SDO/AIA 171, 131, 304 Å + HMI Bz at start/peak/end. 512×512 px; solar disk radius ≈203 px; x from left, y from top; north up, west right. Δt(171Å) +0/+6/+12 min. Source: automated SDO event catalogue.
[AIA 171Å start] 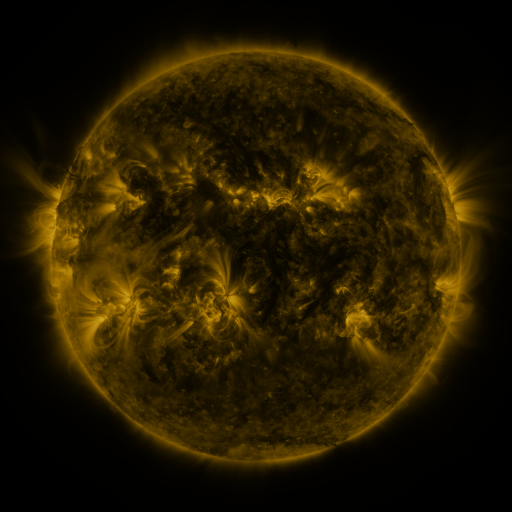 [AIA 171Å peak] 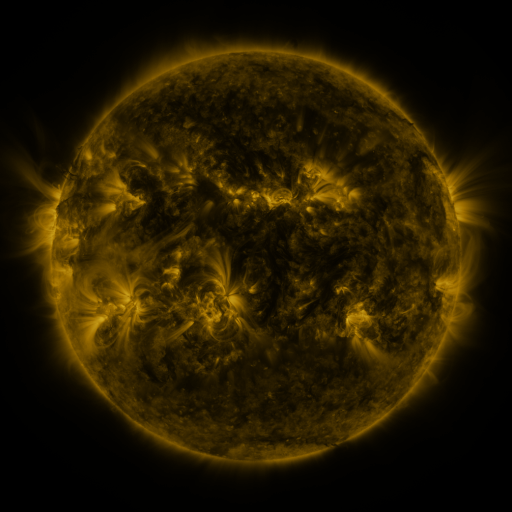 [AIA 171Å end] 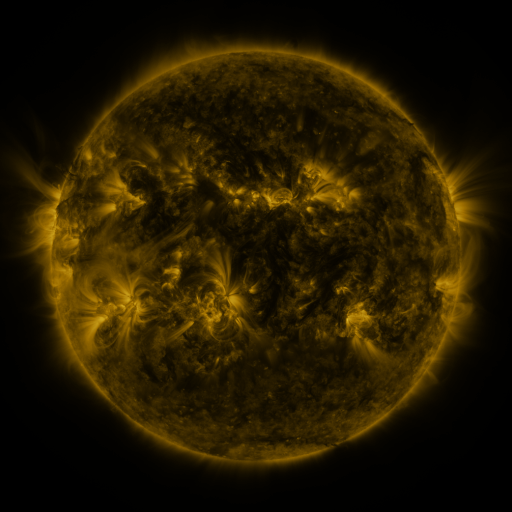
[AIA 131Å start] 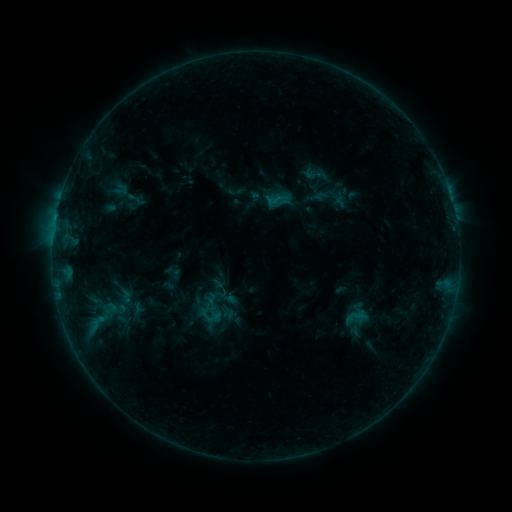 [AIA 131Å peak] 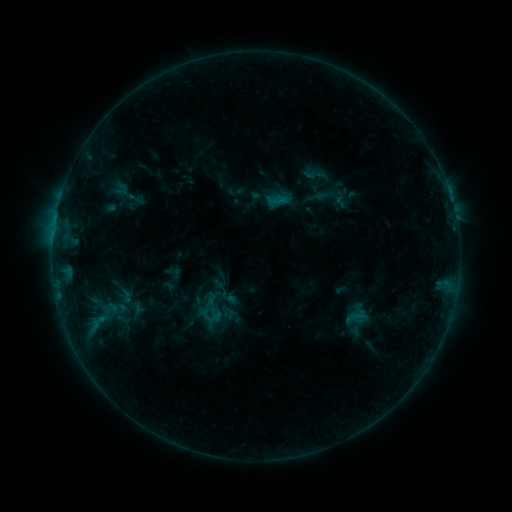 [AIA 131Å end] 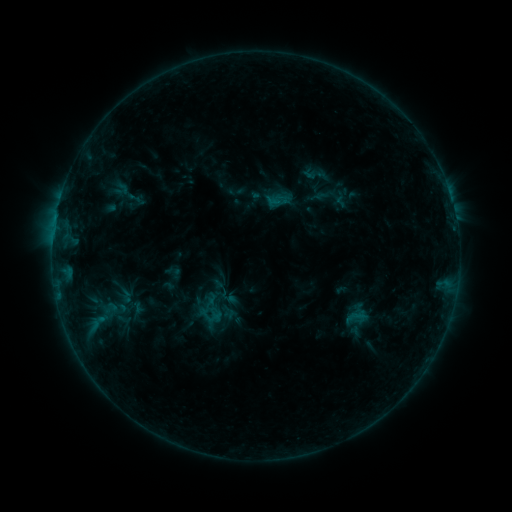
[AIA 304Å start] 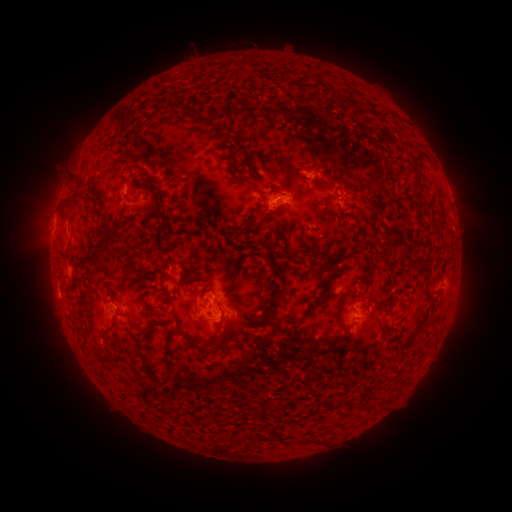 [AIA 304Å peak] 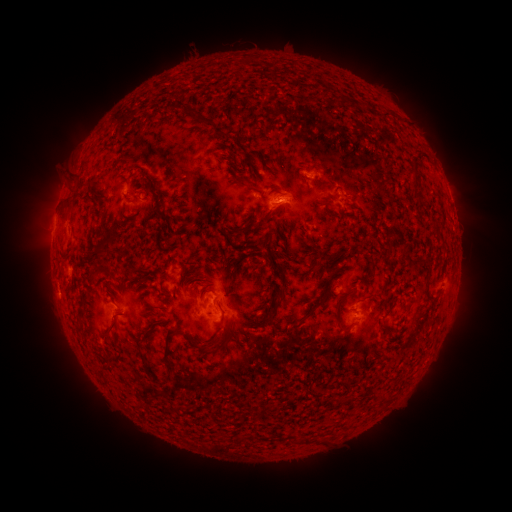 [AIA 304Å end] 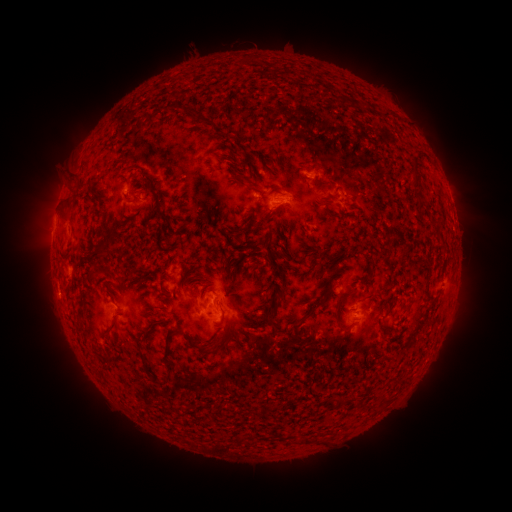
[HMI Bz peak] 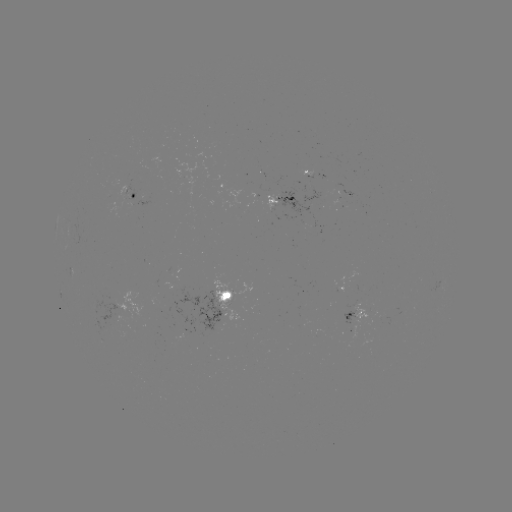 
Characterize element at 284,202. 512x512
B6.0 flare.